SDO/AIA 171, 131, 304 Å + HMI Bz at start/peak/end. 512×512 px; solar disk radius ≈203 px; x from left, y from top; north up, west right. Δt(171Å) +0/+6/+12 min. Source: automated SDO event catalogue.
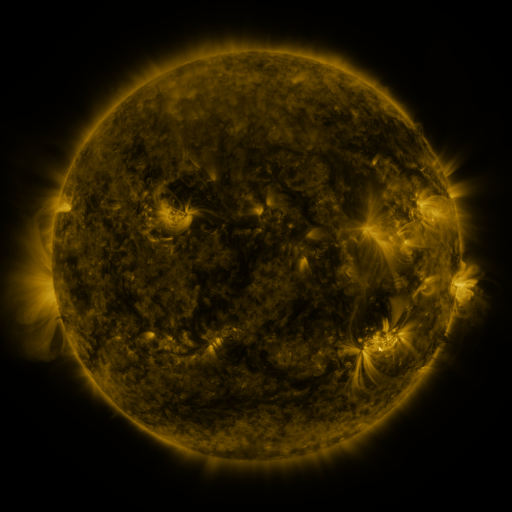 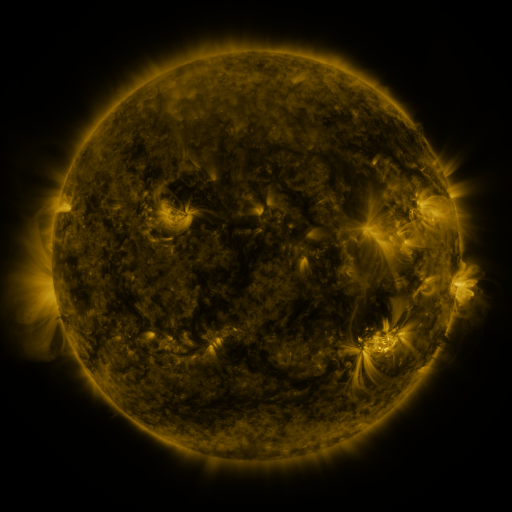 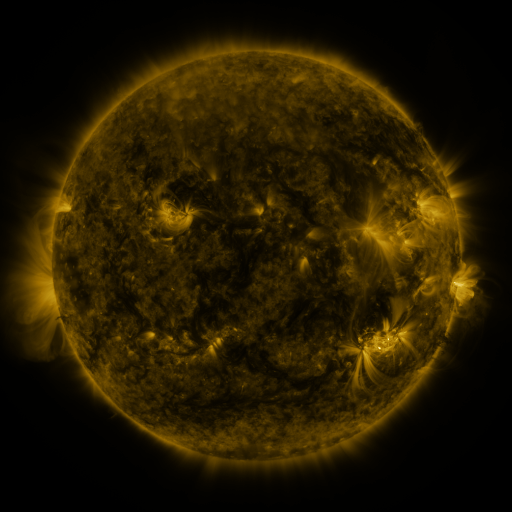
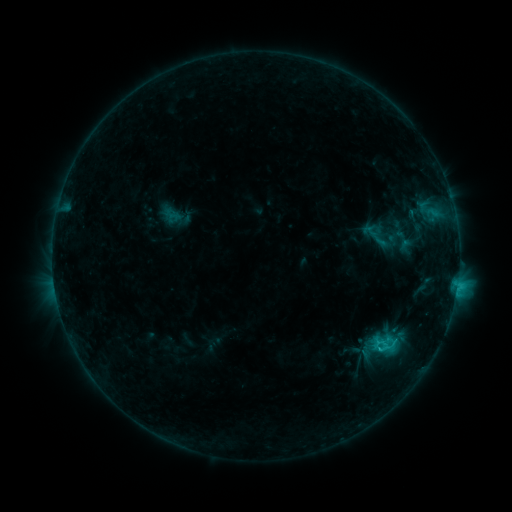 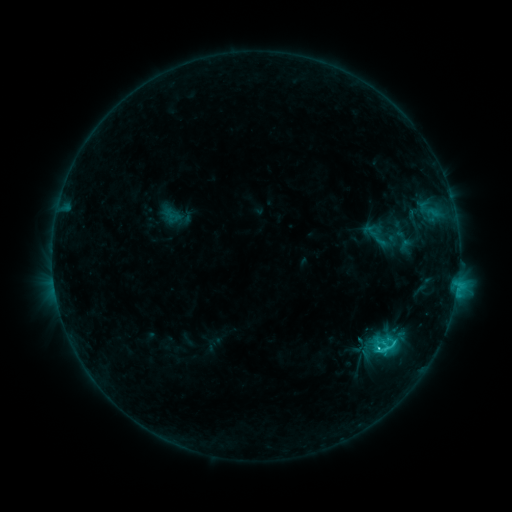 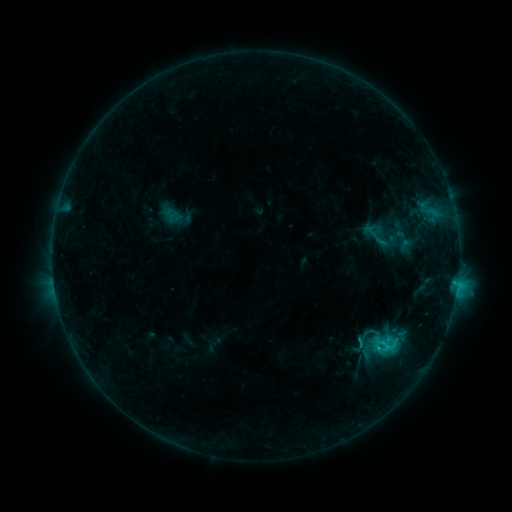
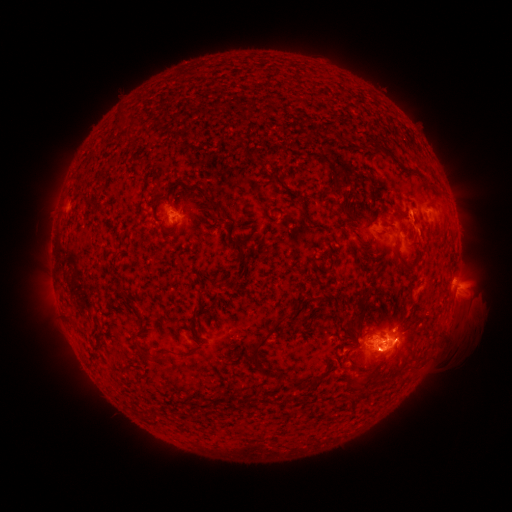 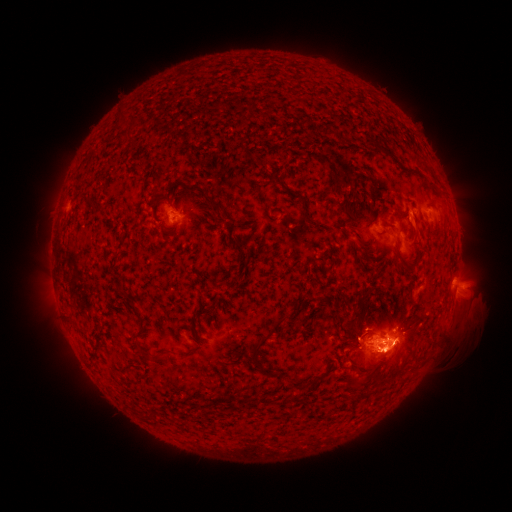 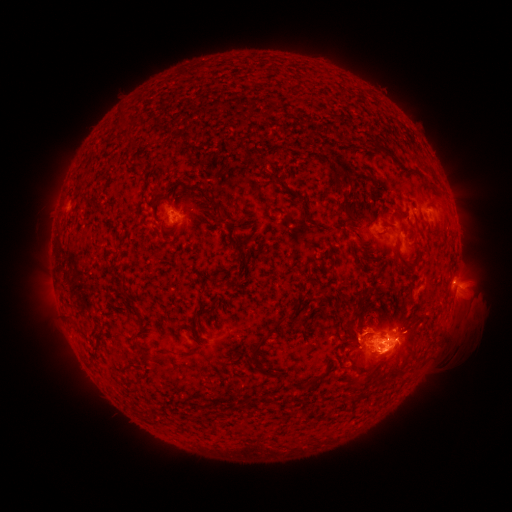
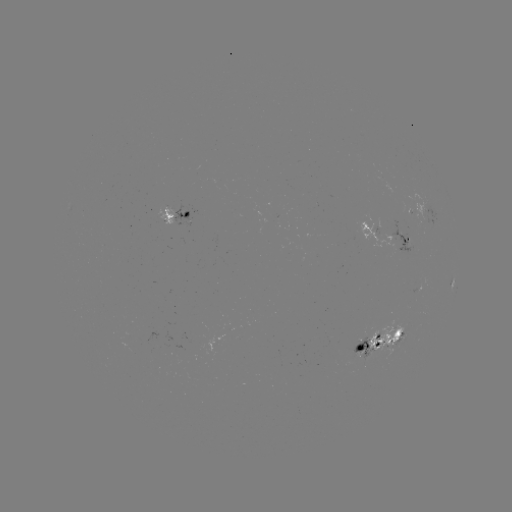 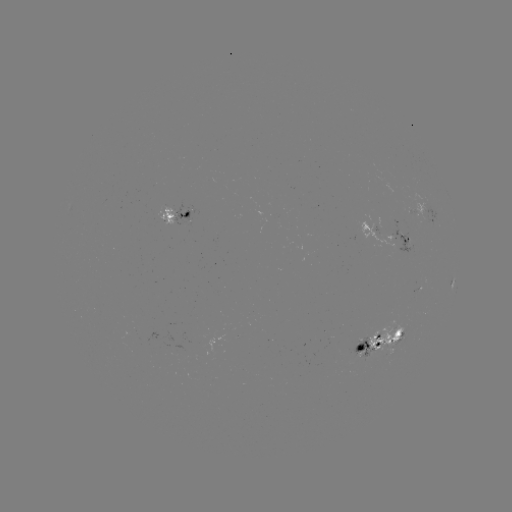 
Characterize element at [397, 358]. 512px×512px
eruption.